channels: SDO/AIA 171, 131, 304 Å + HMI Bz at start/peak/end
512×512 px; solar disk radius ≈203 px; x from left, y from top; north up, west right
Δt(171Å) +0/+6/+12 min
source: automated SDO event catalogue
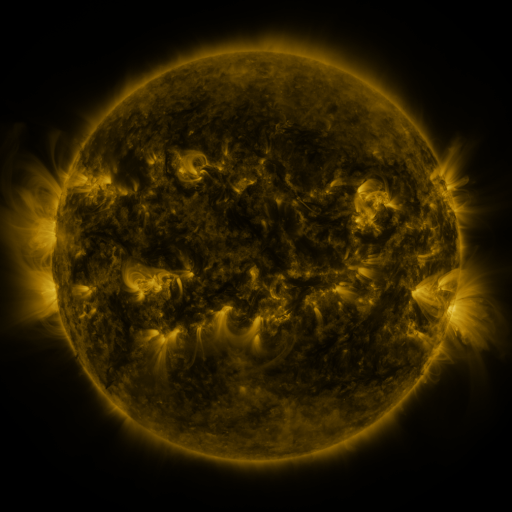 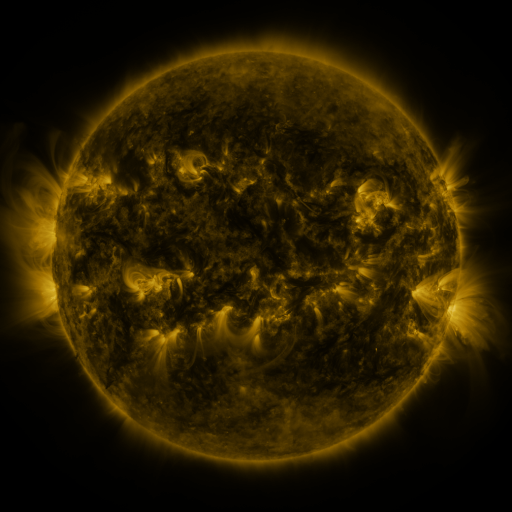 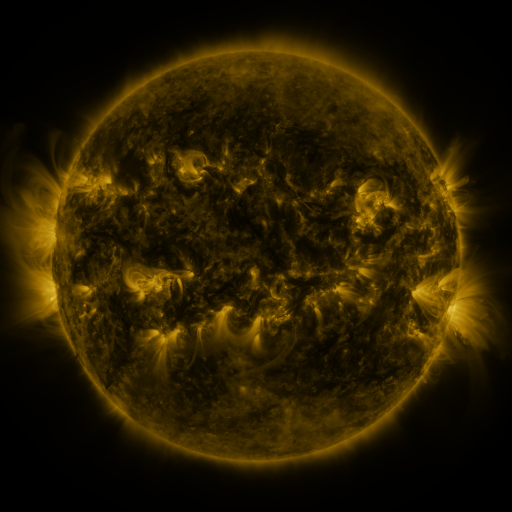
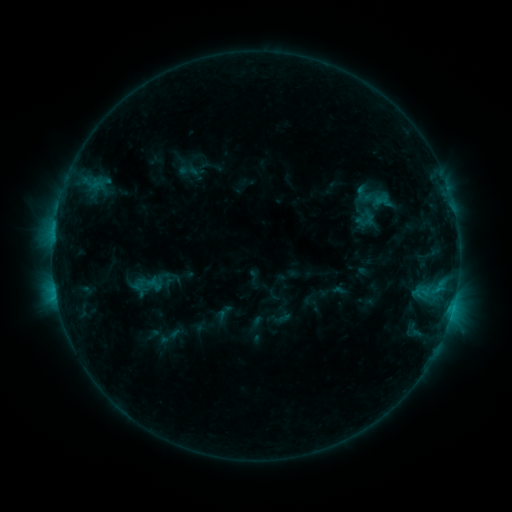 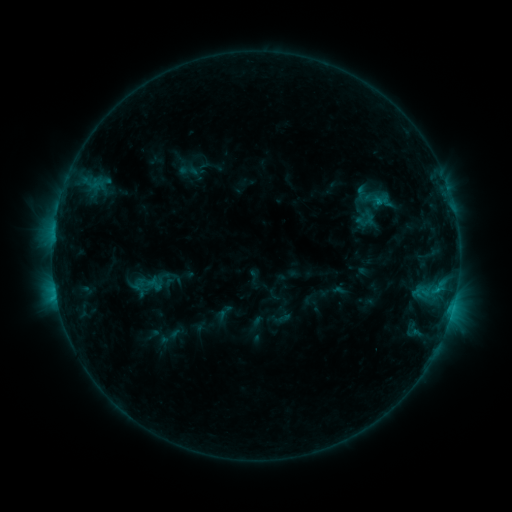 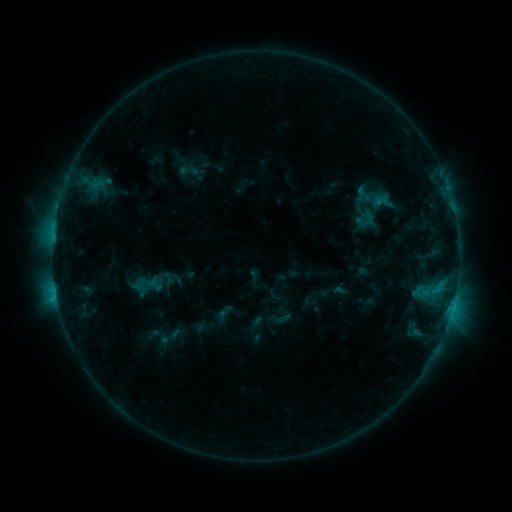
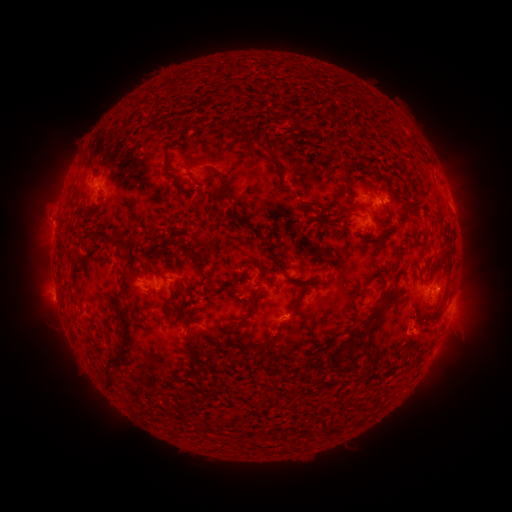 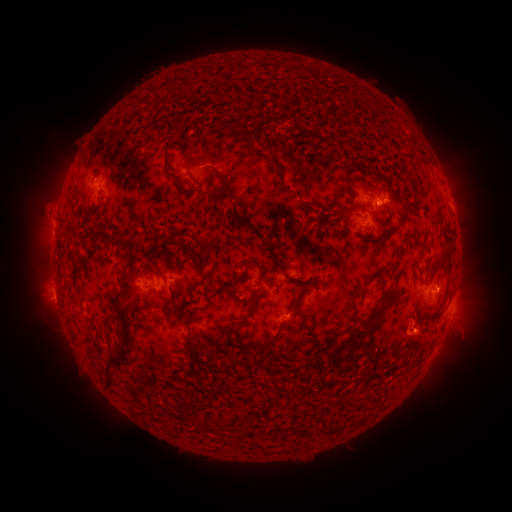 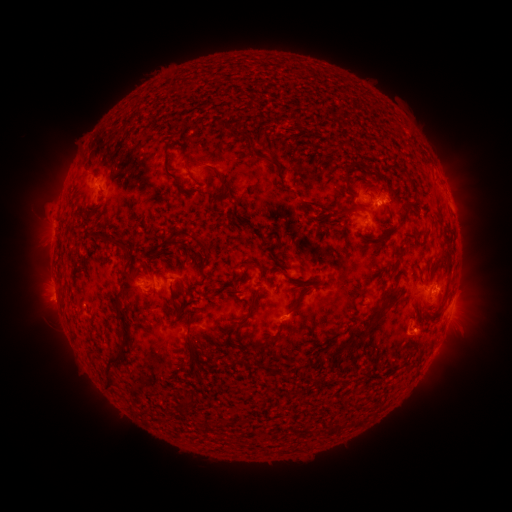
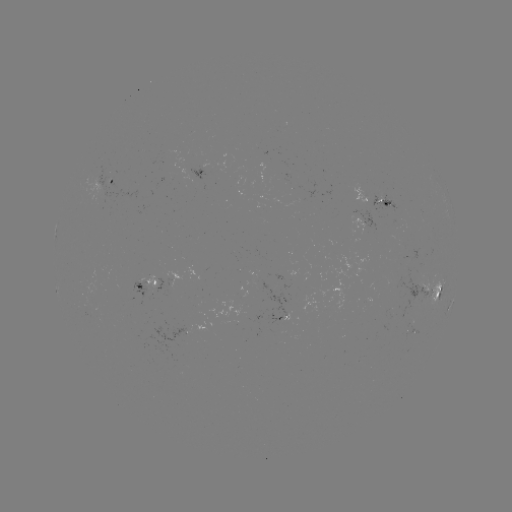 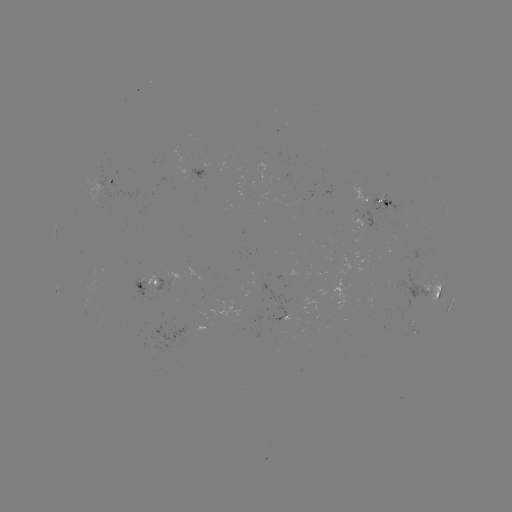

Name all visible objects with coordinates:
C2.1 flare: (56, 293)
